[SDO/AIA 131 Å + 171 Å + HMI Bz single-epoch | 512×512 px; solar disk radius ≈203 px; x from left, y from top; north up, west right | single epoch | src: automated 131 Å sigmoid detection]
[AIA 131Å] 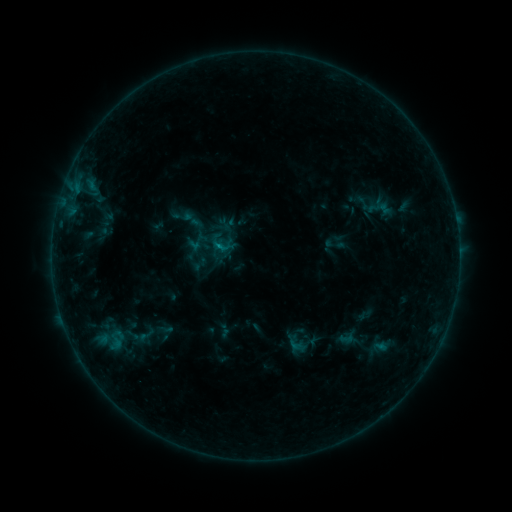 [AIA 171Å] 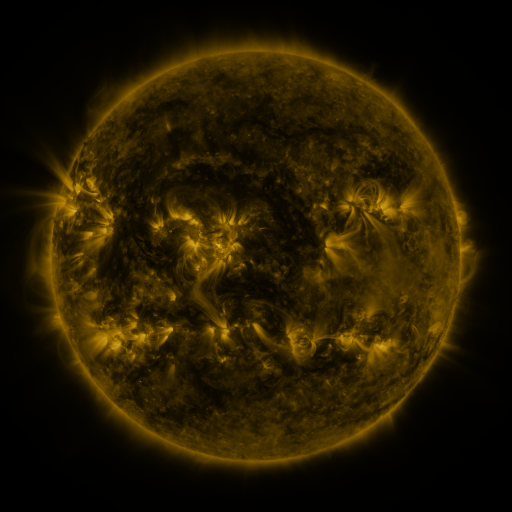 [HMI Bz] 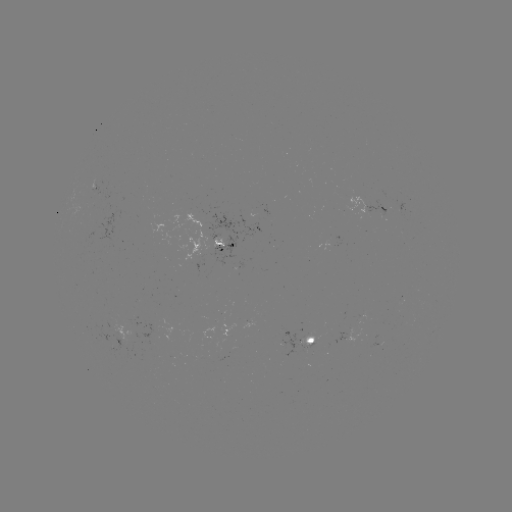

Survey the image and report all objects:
sigmoid: <bbox>180, 206, 204, 233</bbox>
